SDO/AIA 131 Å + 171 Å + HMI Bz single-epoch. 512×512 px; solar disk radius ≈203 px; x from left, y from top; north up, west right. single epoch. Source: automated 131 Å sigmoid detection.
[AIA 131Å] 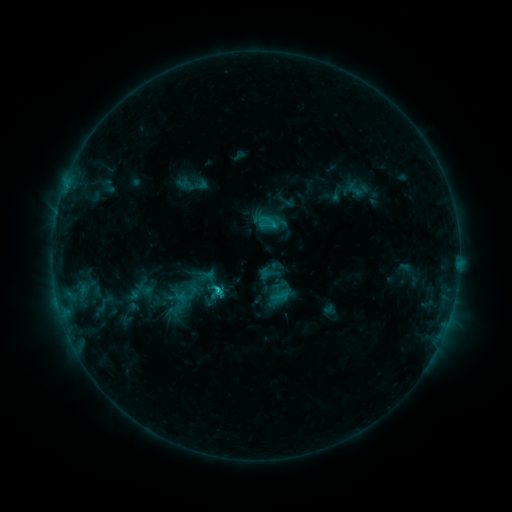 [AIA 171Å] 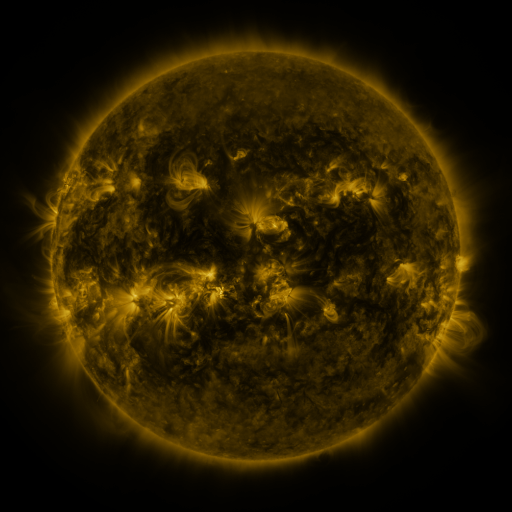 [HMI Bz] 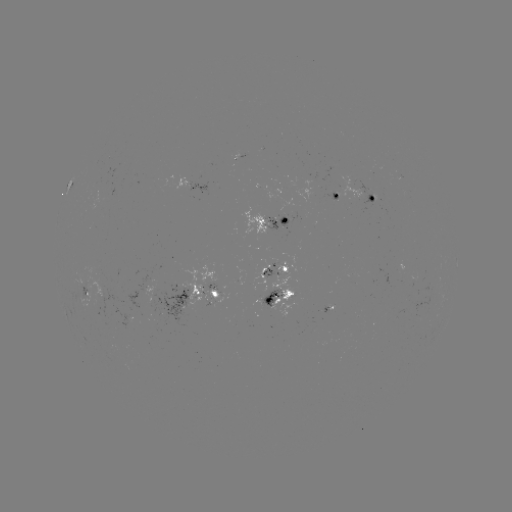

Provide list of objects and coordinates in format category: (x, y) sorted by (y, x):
sigmoid: (215, 292)
